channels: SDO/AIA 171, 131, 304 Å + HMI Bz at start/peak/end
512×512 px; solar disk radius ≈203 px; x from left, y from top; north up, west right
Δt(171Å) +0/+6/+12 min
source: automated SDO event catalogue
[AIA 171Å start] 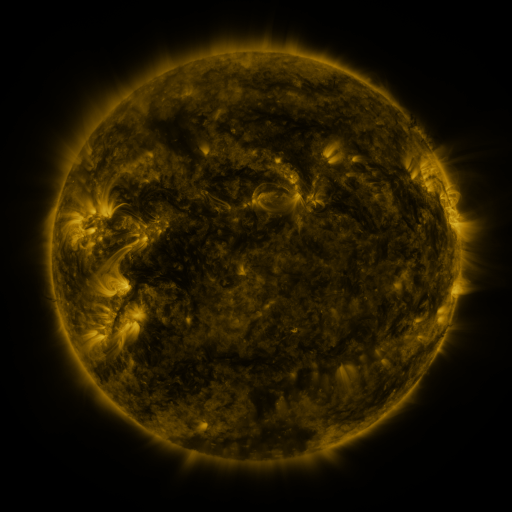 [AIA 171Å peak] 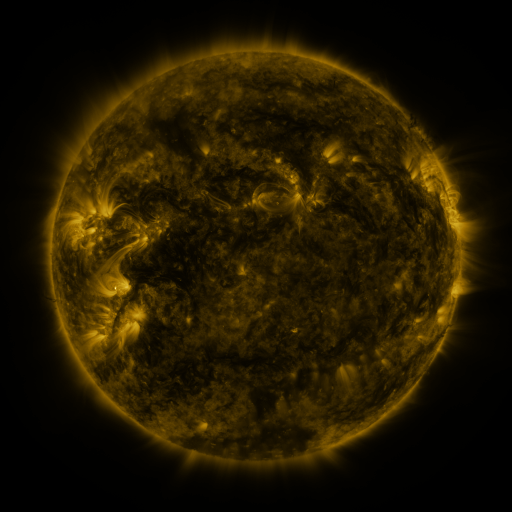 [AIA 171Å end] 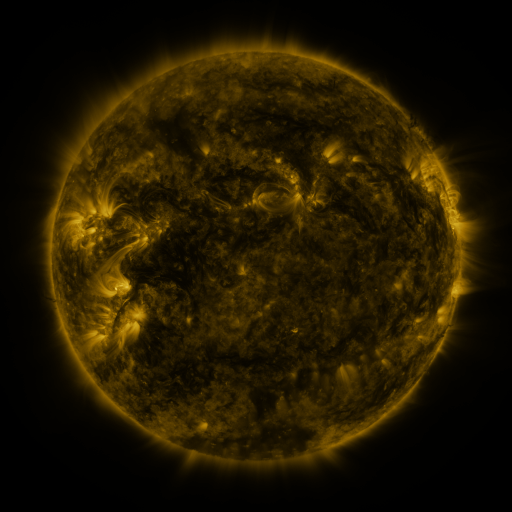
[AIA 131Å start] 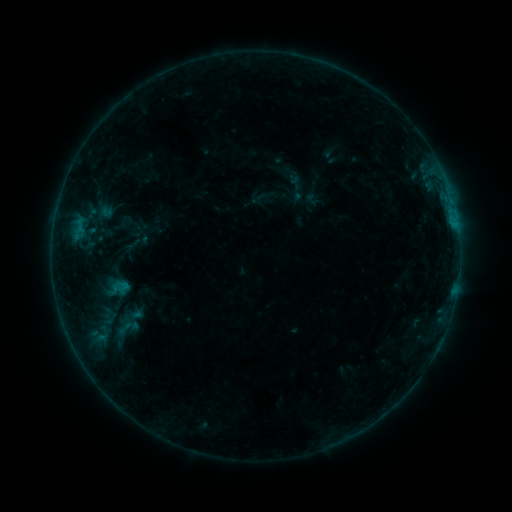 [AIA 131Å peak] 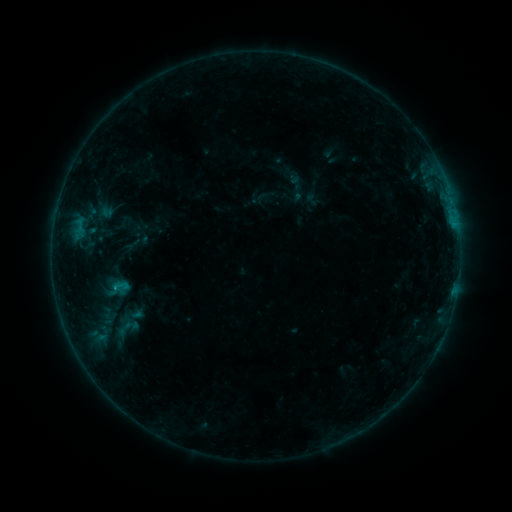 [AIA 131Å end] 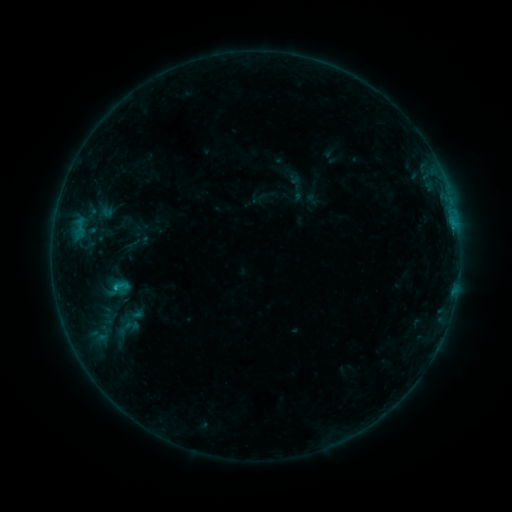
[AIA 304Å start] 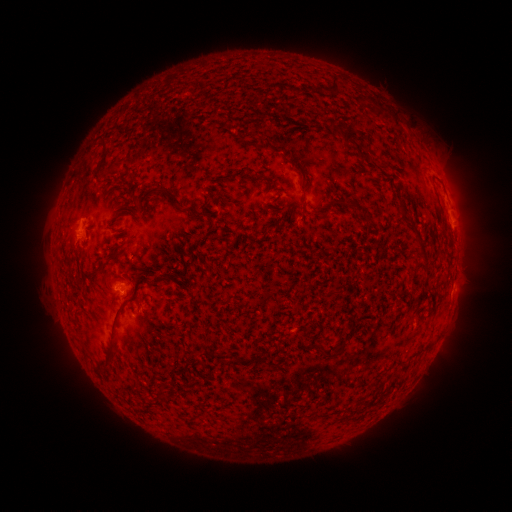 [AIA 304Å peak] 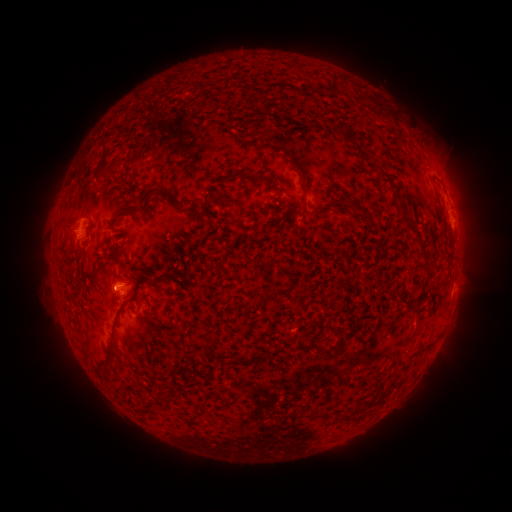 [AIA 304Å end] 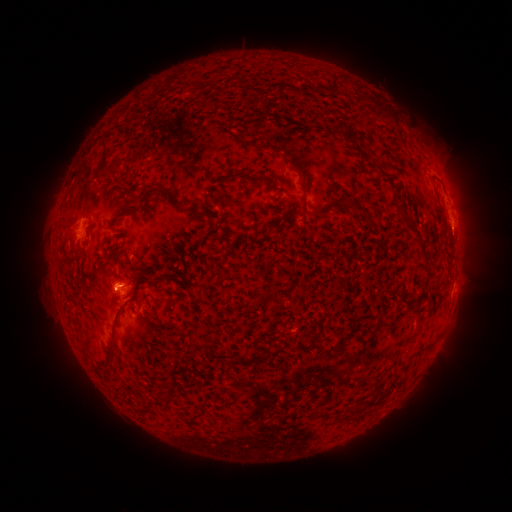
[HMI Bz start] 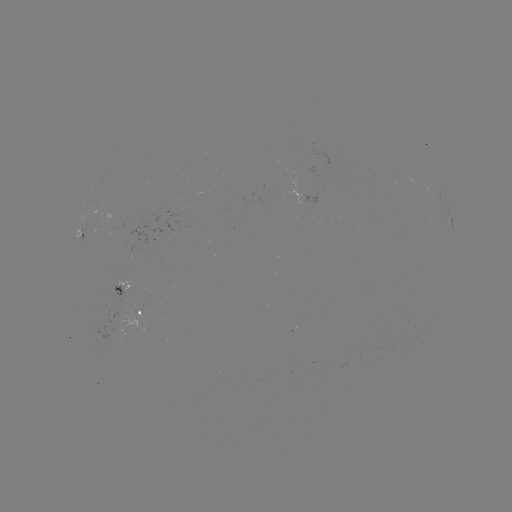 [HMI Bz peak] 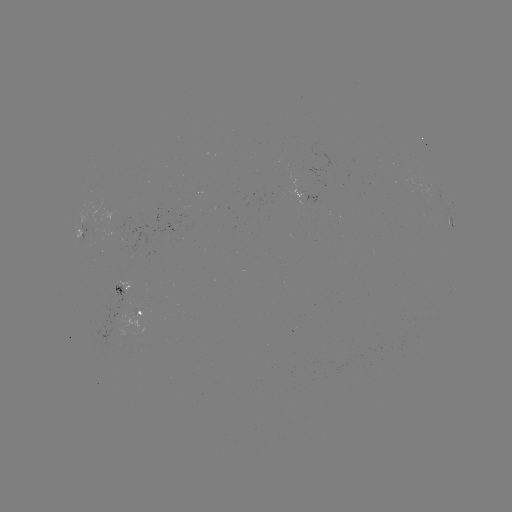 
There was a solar flare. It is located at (114, 285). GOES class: C1.3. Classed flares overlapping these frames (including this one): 1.